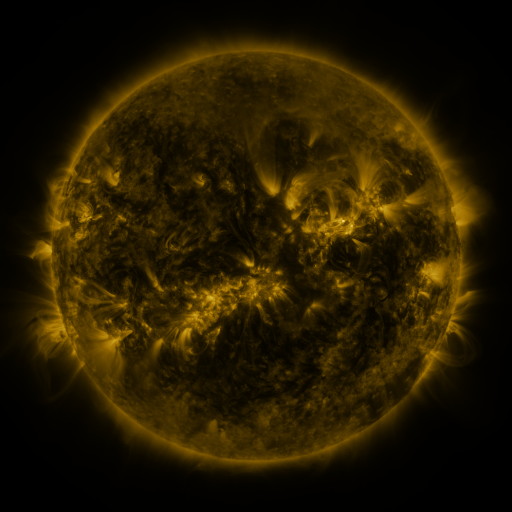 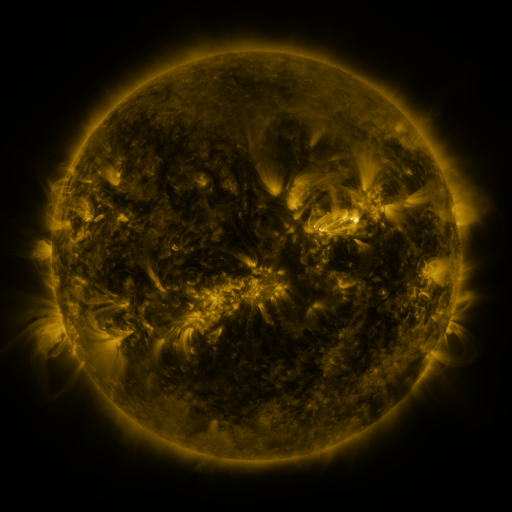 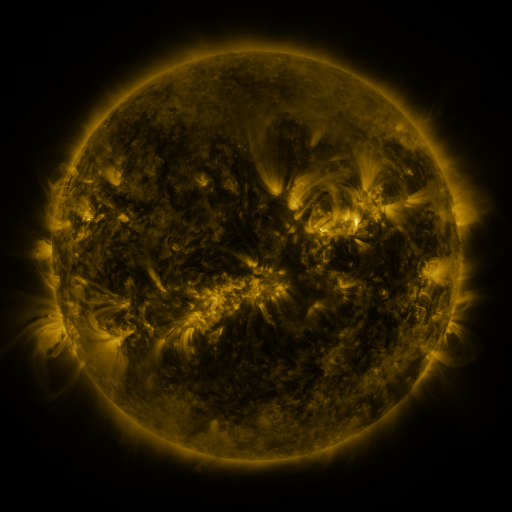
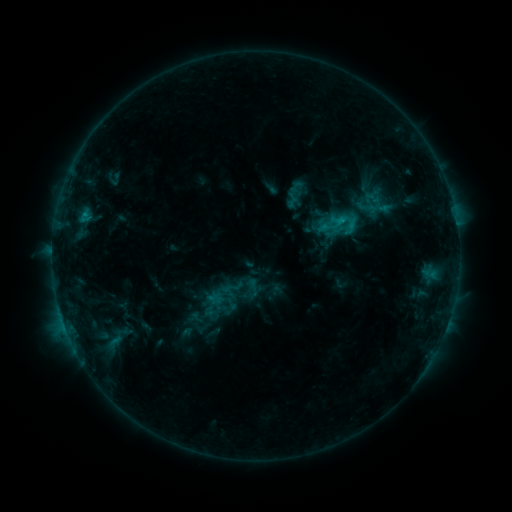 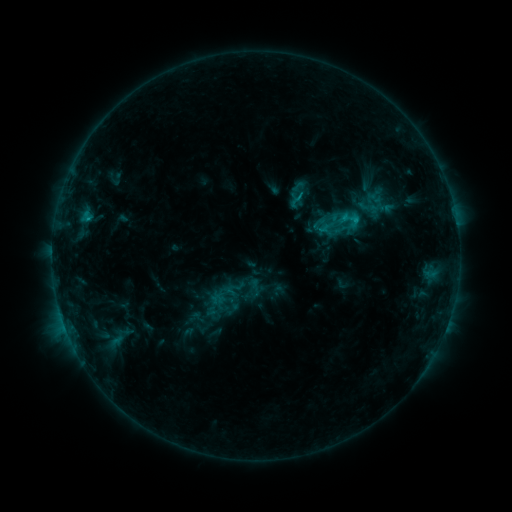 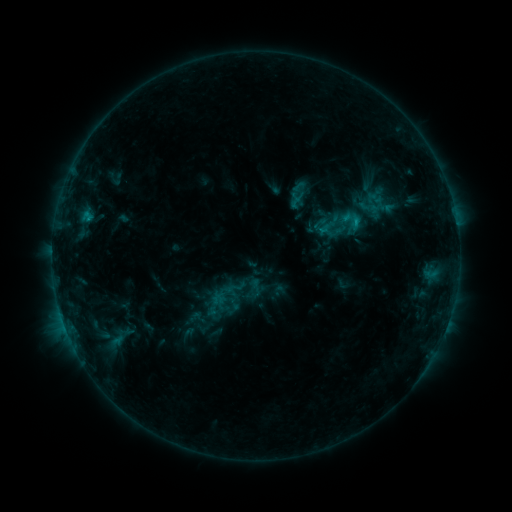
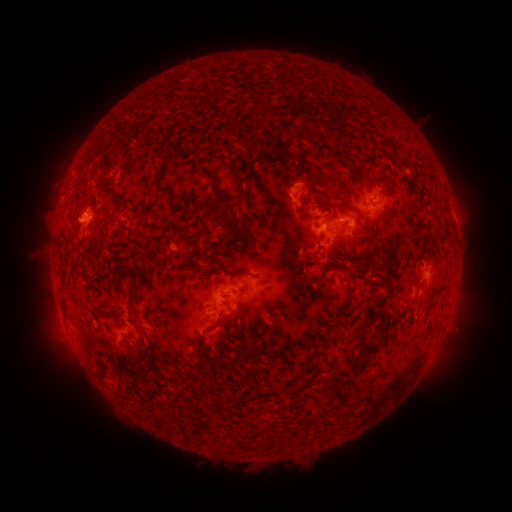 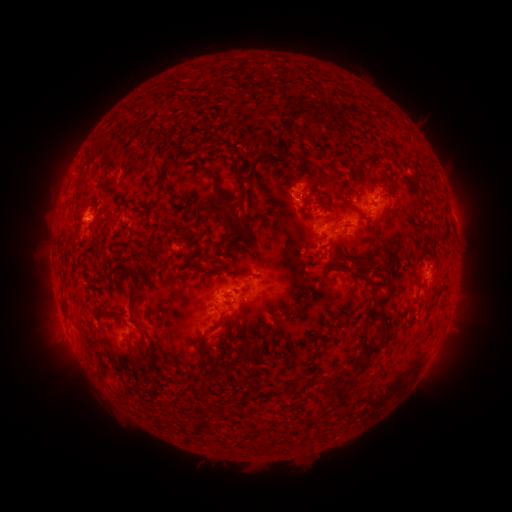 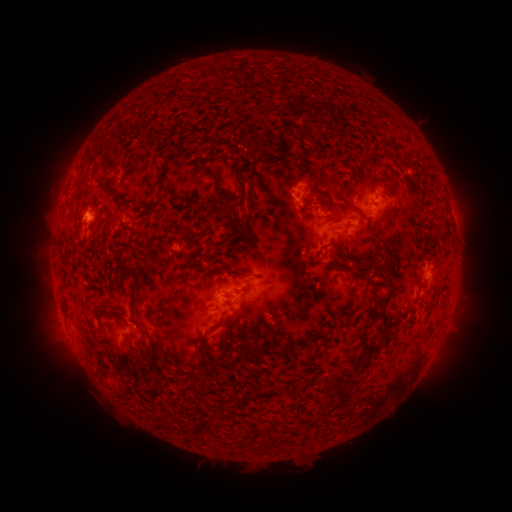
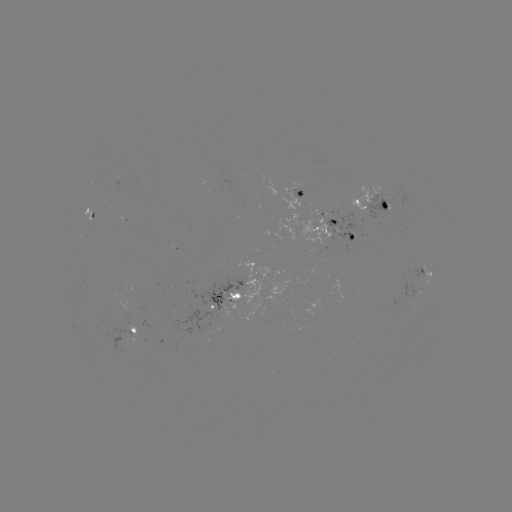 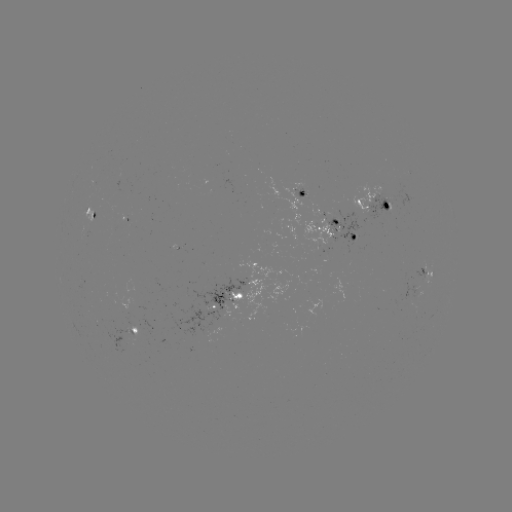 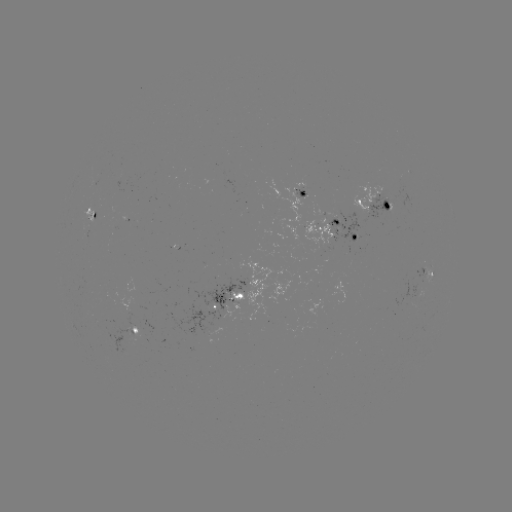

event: emerging-flux region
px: (326, 231)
